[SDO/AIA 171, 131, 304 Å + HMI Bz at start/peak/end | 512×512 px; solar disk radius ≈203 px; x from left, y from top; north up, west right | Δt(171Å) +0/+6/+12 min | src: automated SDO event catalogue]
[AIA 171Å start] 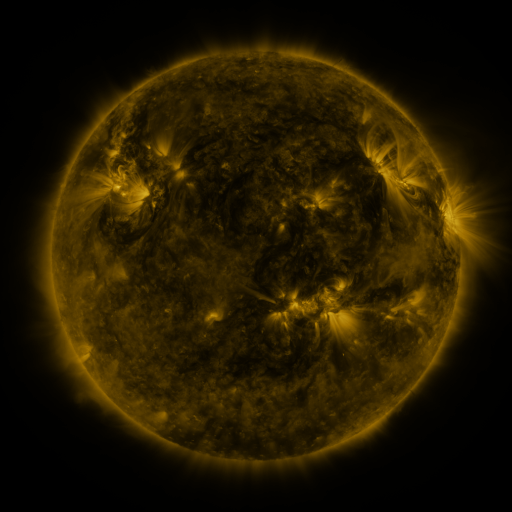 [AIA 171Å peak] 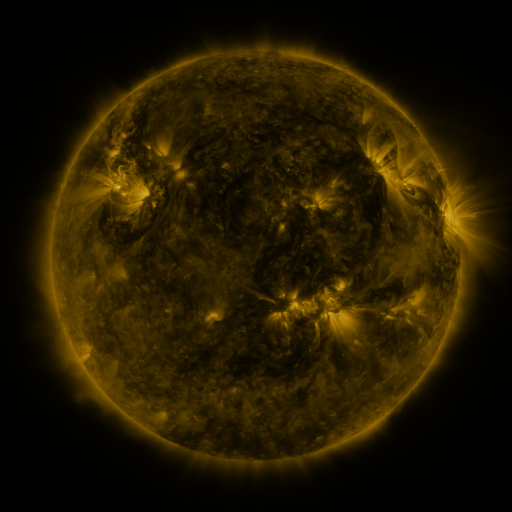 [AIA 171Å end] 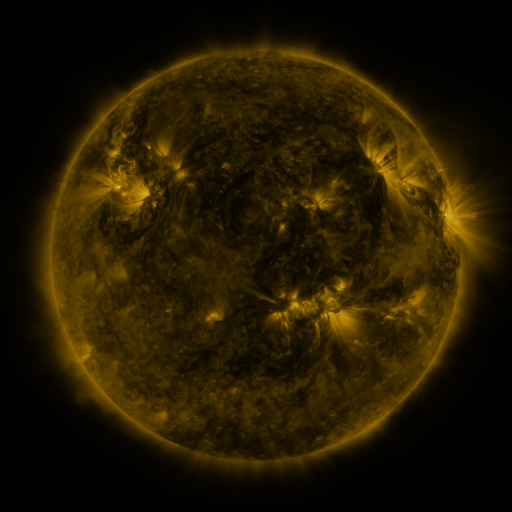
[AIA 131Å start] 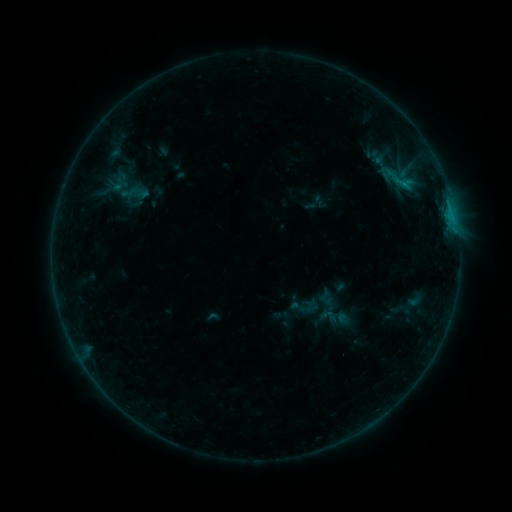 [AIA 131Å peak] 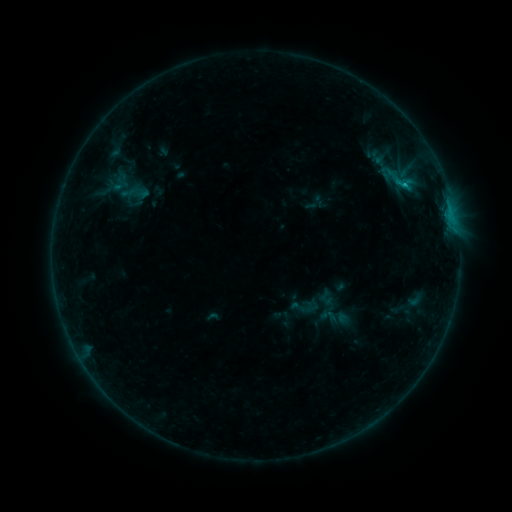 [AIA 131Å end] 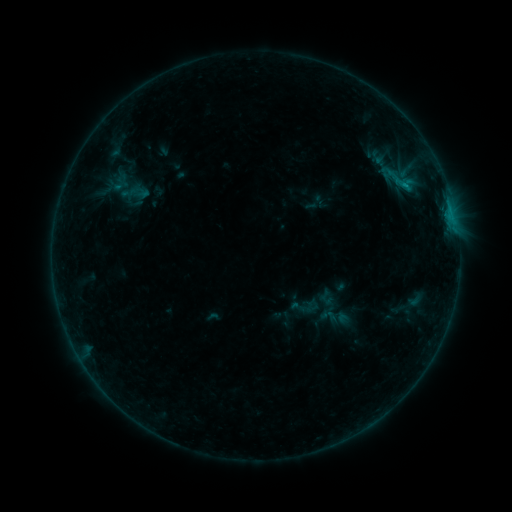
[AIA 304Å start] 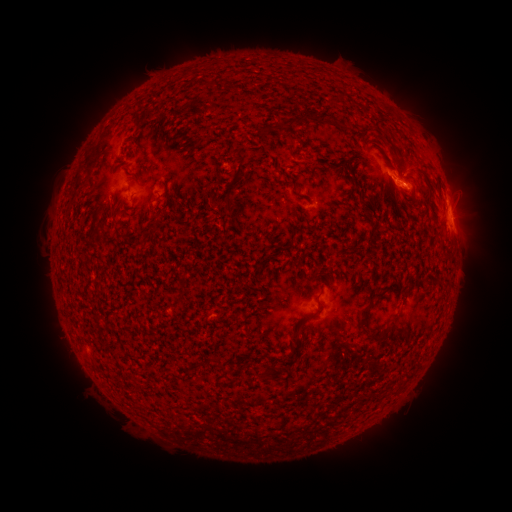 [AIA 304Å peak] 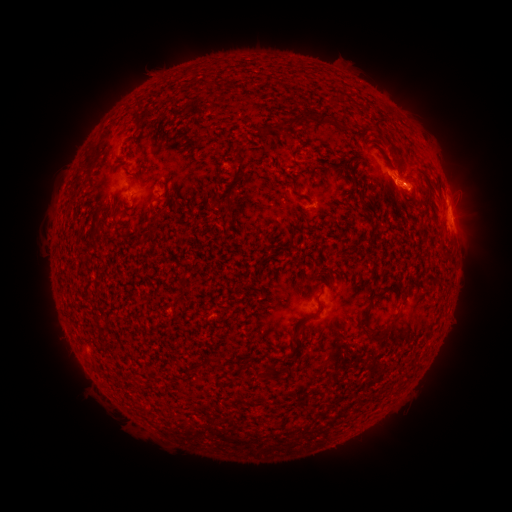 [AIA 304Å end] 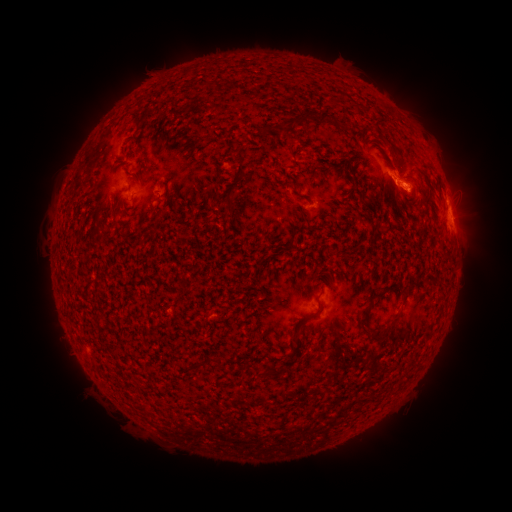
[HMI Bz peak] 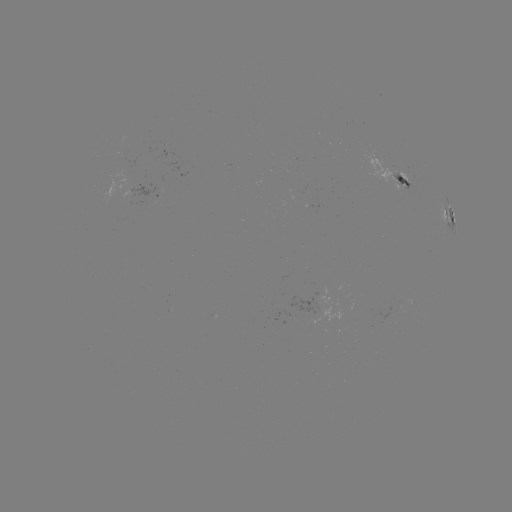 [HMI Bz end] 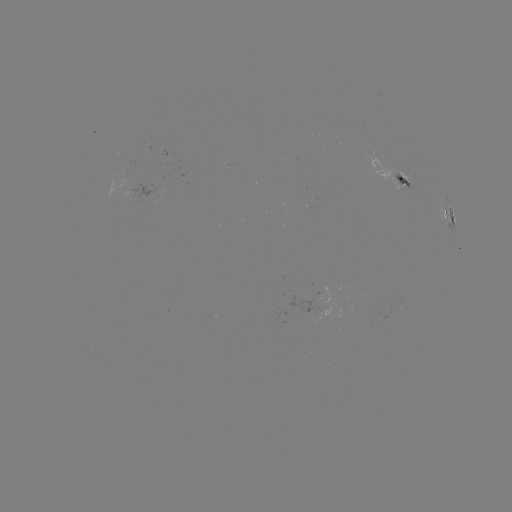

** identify B6.6 flare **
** [450, 217] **